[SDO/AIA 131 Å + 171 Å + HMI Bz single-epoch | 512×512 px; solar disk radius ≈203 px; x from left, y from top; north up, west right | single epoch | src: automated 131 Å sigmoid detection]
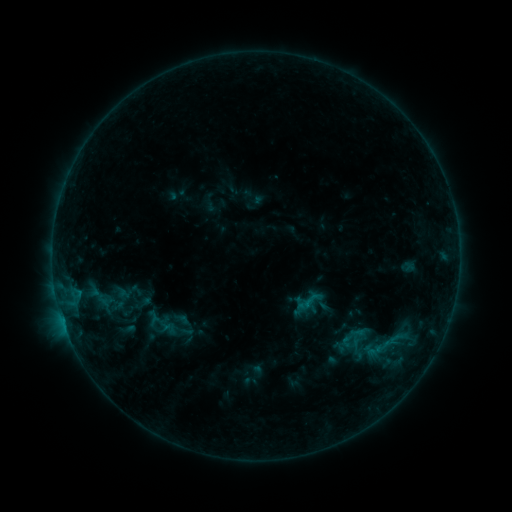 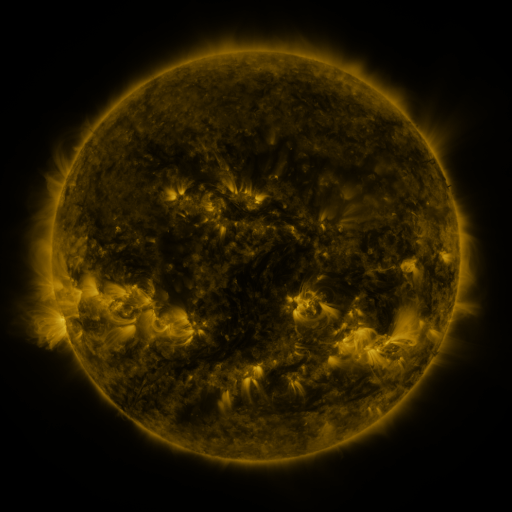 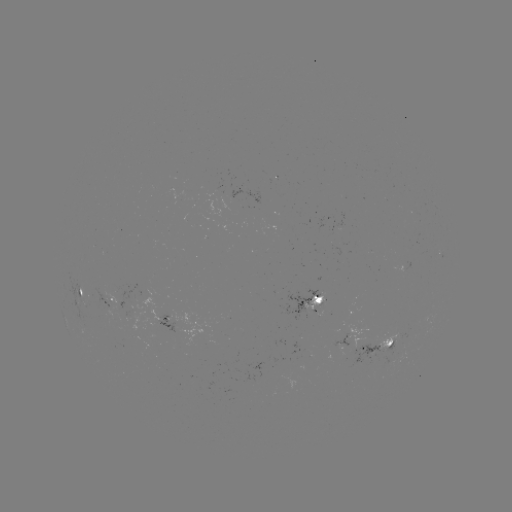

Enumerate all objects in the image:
sigmoid: (311, 300)
